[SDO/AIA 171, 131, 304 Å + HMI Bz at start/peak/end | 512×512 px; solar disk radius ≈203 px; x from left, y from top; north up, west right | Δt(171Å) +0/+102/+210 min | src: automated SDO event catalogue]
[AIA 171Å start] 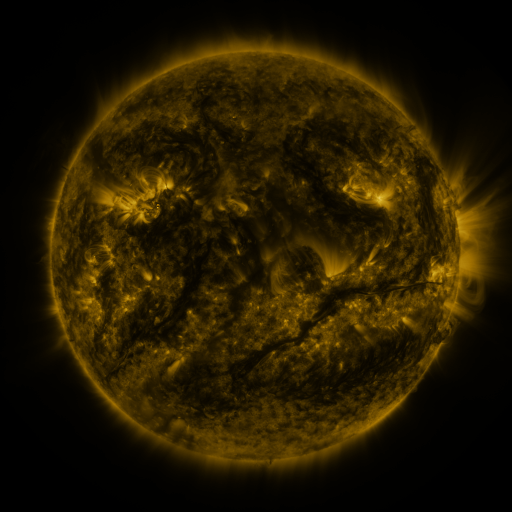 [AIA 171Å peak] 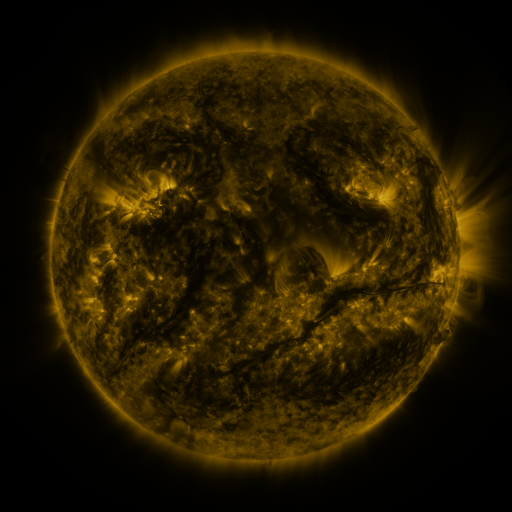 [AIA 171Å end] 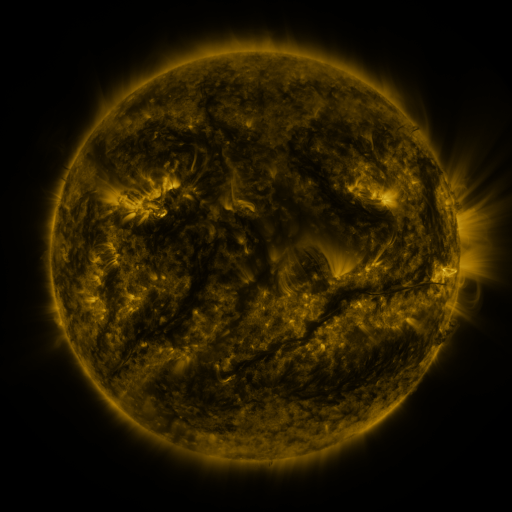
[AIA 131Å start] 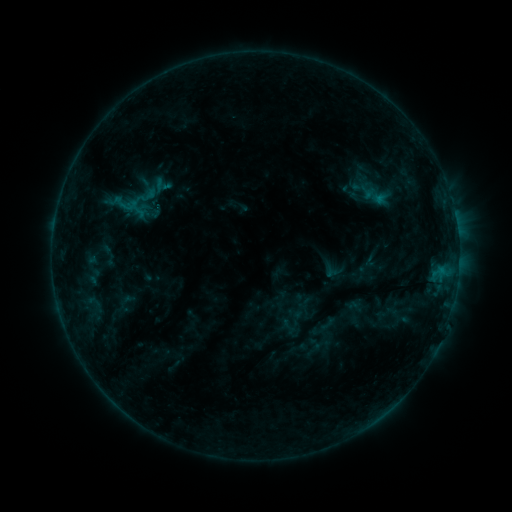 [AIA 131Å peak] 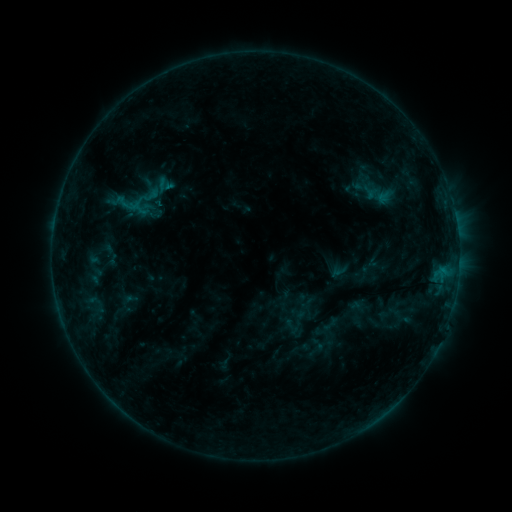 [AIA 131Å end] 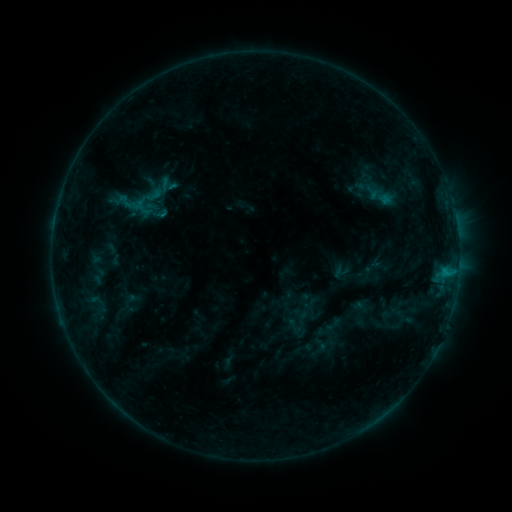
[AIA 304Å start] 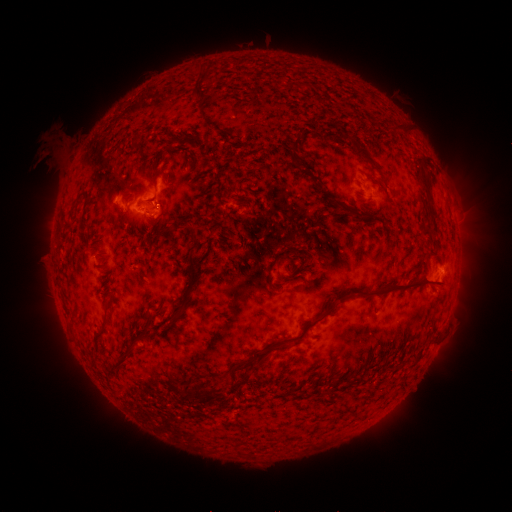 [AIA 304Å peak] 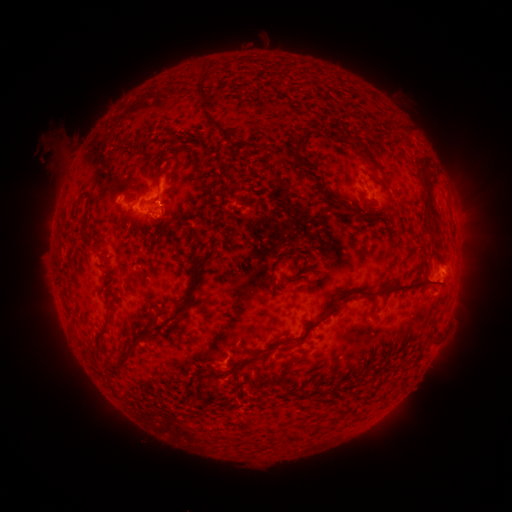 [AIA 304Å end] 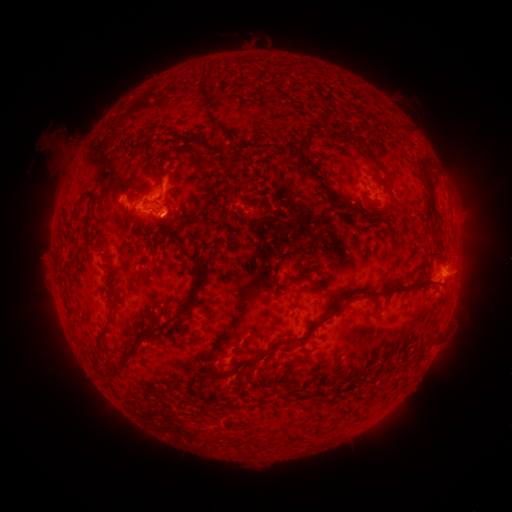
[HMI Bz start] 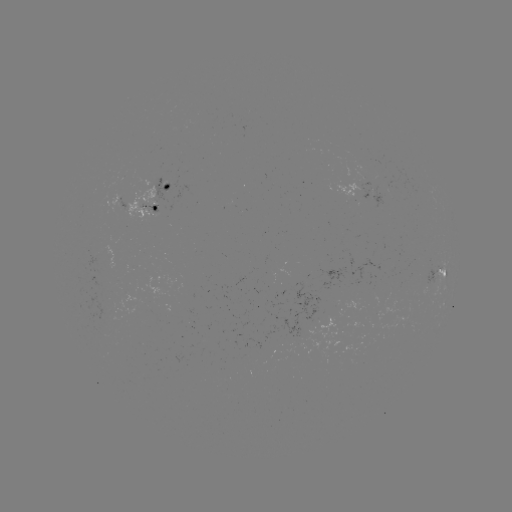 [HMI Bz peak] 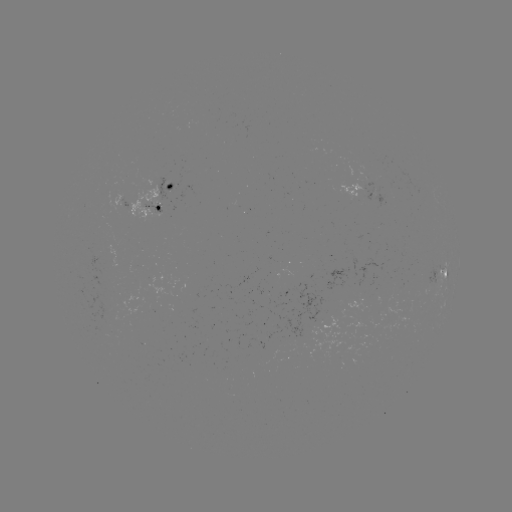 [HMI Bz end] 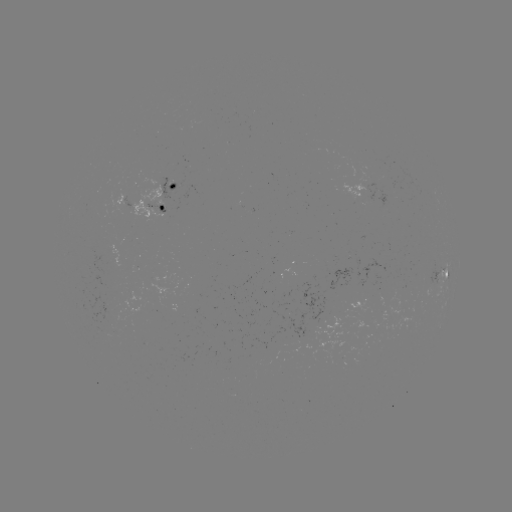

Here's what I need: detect filament eruption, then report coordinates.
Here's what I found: filament eruption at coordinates (210, 380).